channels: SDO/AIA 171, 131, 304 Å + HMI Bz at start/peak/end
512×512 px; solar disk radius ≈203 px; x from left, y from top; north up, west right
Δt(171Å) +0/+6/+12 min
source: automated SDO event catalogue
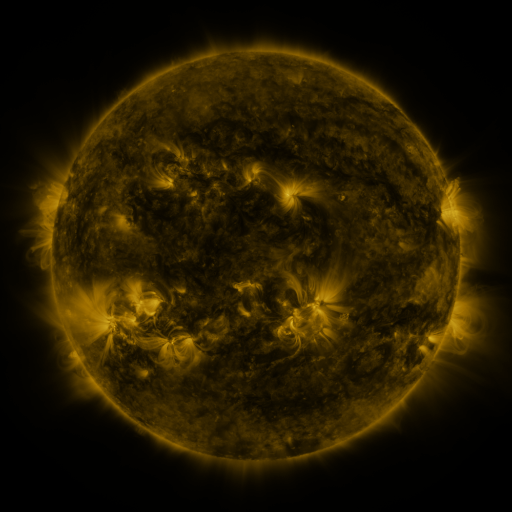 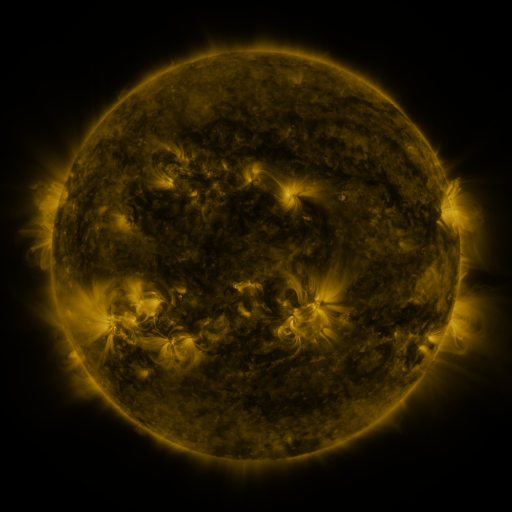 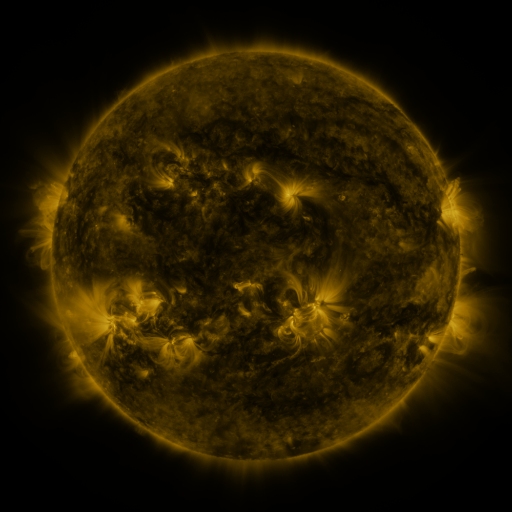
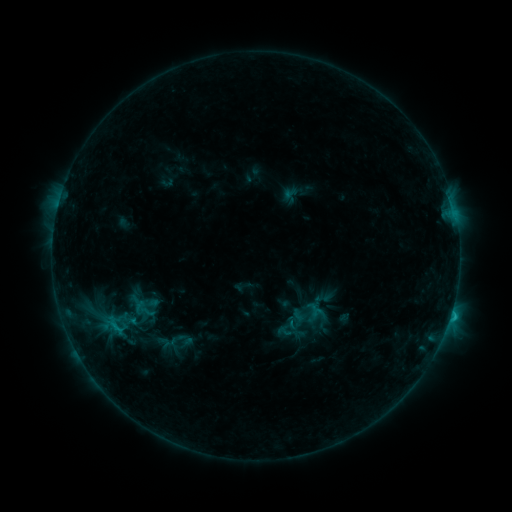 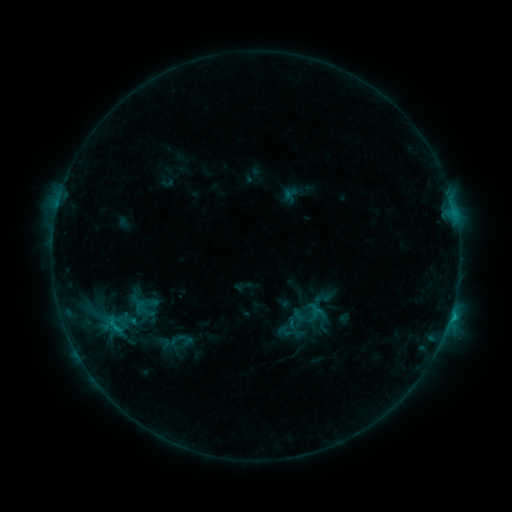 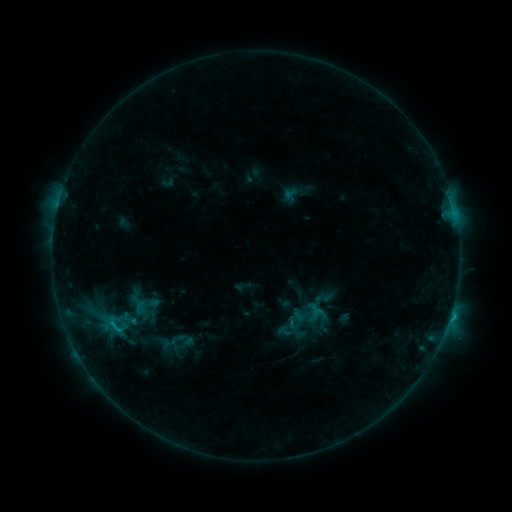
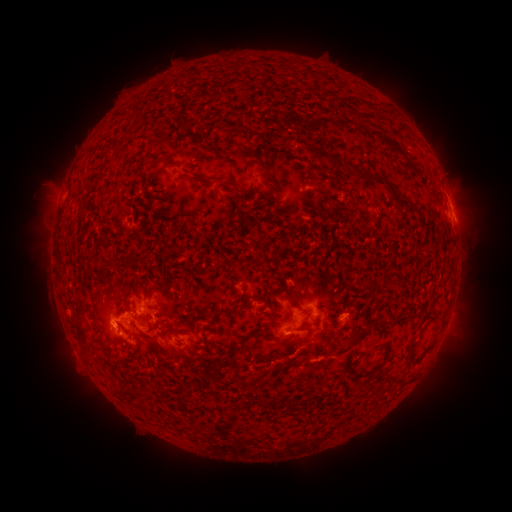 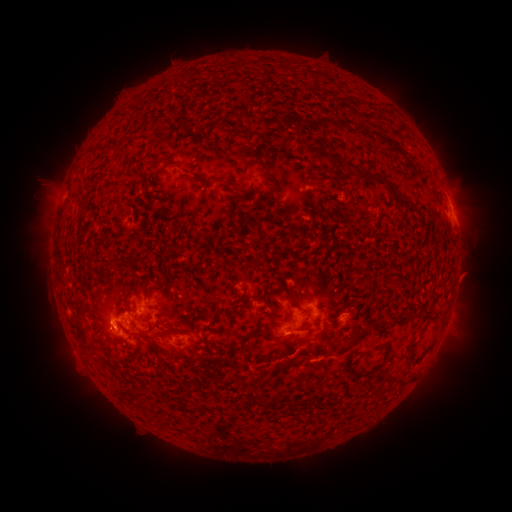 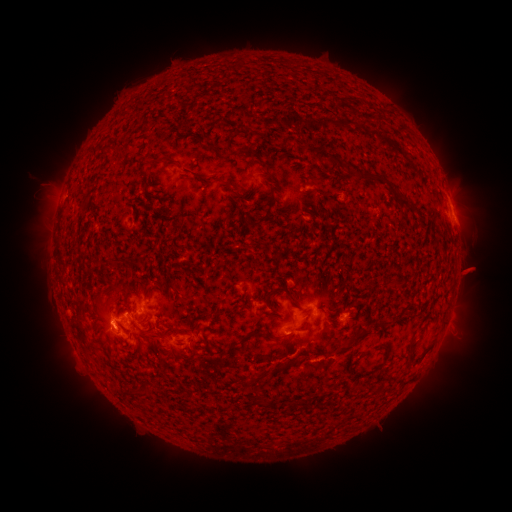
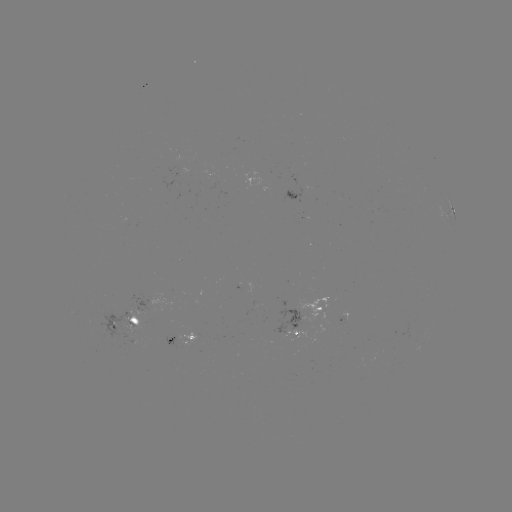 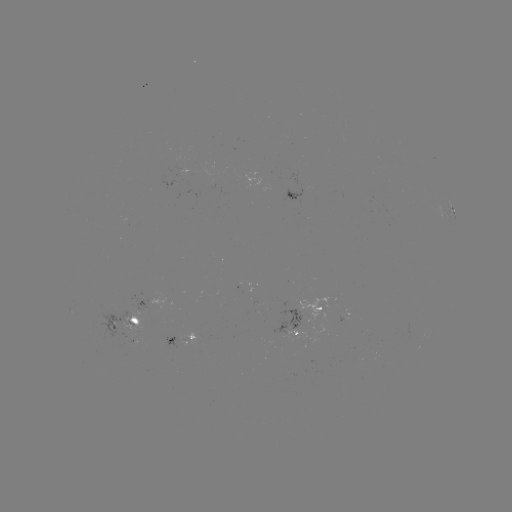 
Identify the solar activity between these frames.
eruption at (470, 273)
